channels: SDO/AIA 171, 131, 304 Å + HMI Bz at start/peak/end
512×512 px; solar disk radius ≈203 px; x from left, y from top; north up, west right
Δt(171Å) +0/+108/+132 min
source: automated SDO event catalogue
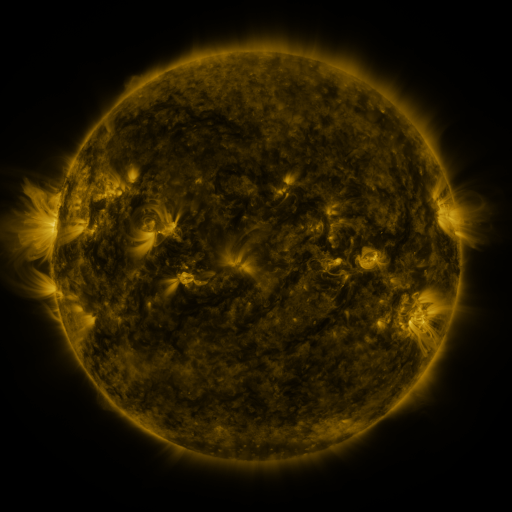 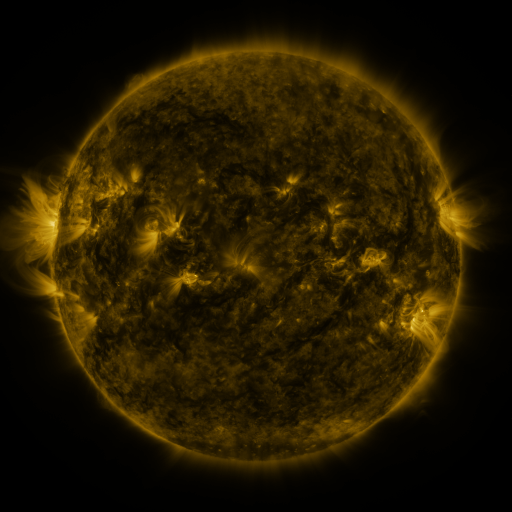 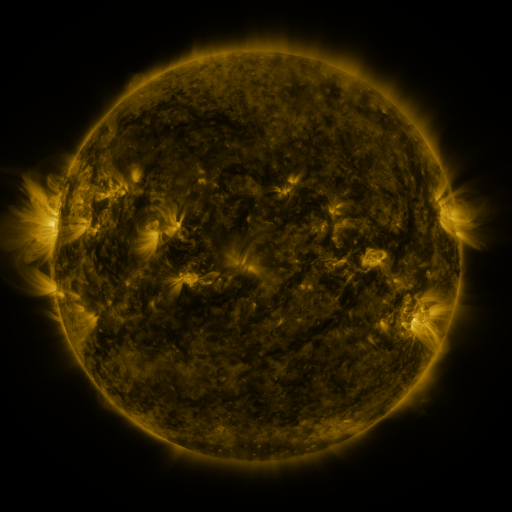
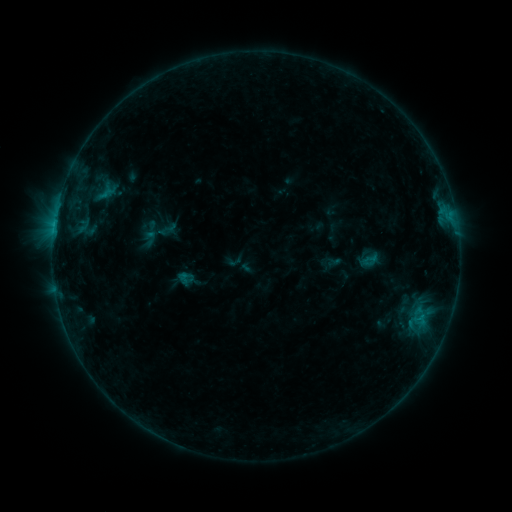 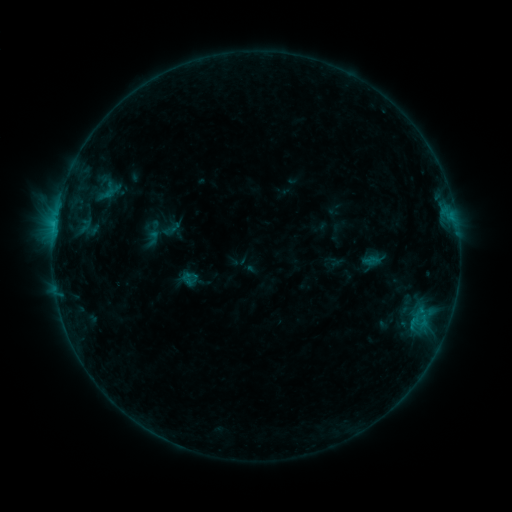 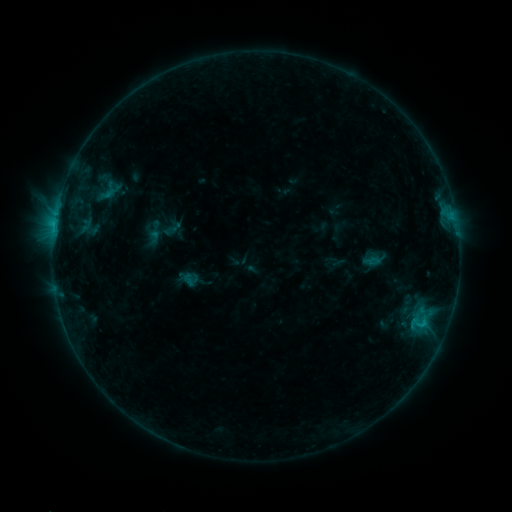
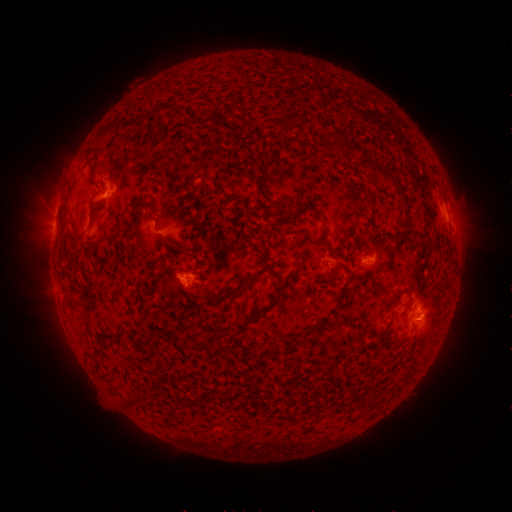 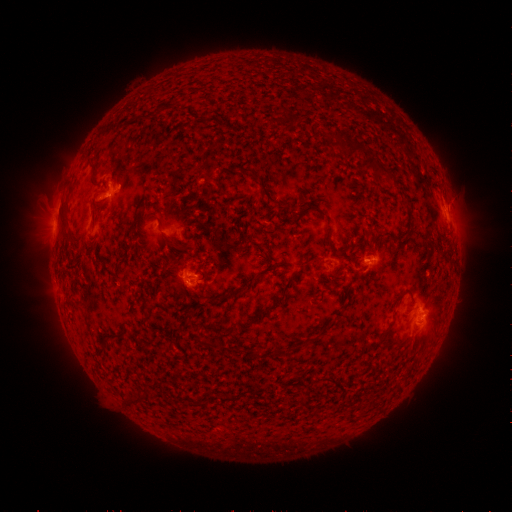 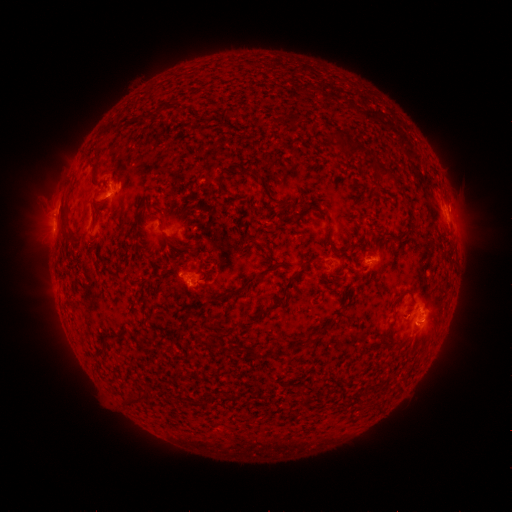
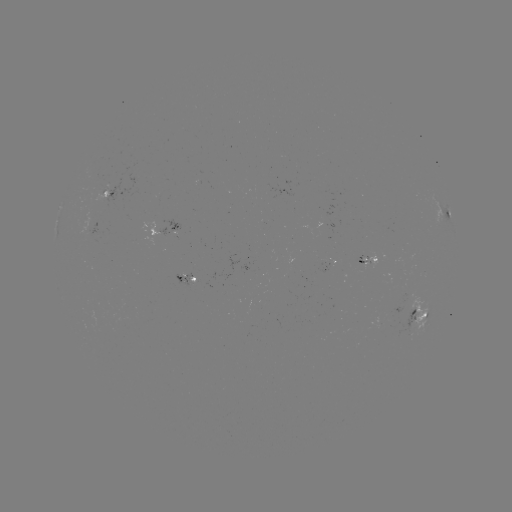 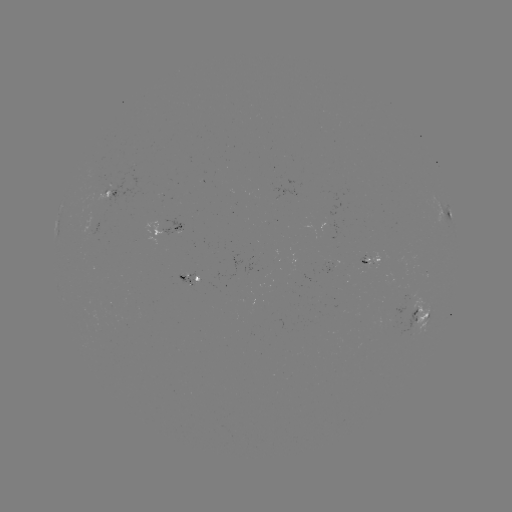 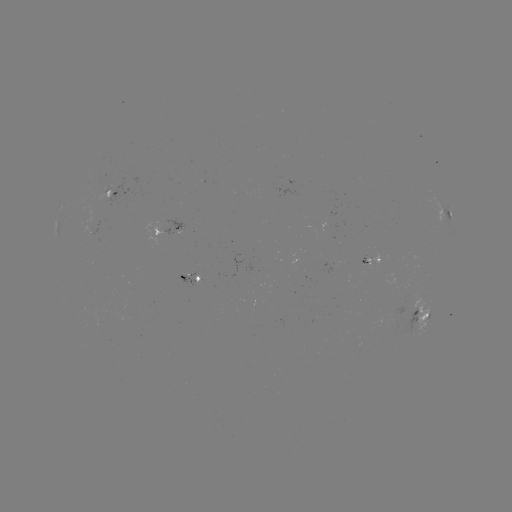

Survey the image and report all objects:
emerging-flux region: (369, 260)
